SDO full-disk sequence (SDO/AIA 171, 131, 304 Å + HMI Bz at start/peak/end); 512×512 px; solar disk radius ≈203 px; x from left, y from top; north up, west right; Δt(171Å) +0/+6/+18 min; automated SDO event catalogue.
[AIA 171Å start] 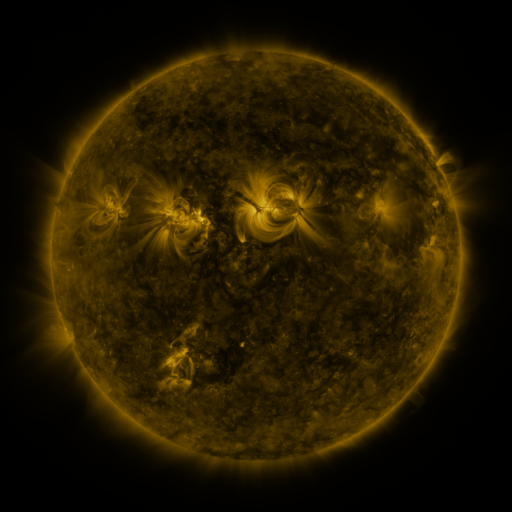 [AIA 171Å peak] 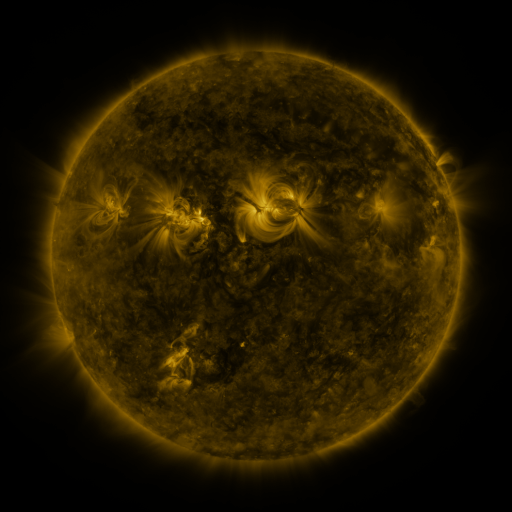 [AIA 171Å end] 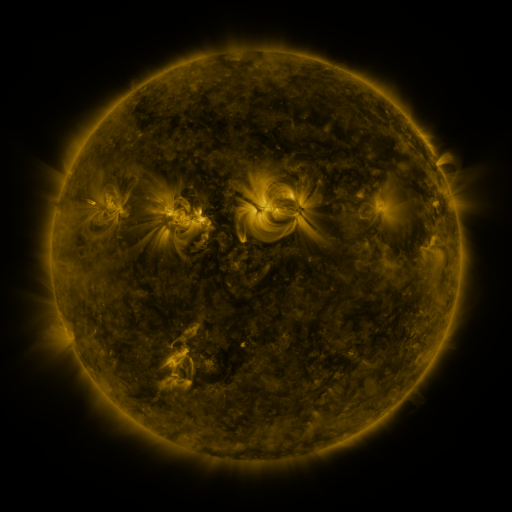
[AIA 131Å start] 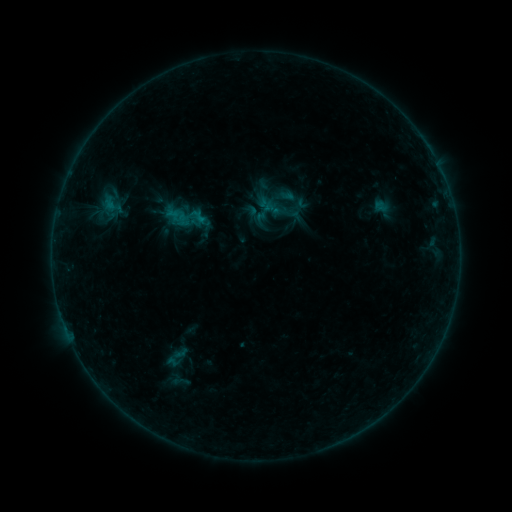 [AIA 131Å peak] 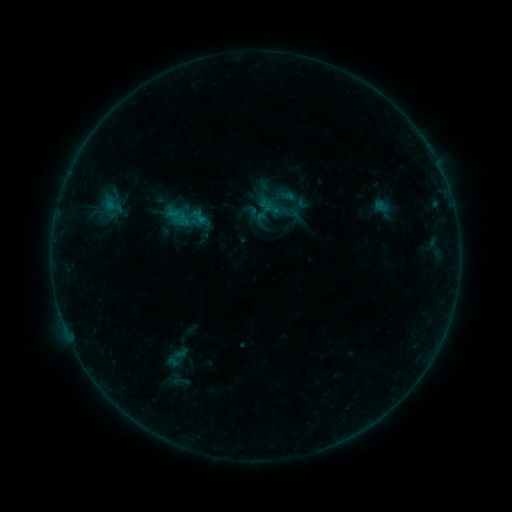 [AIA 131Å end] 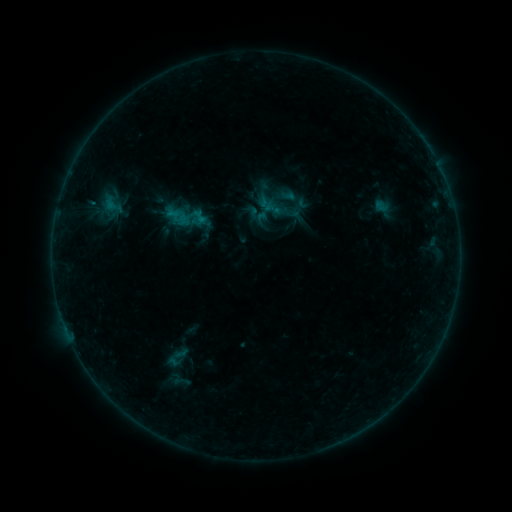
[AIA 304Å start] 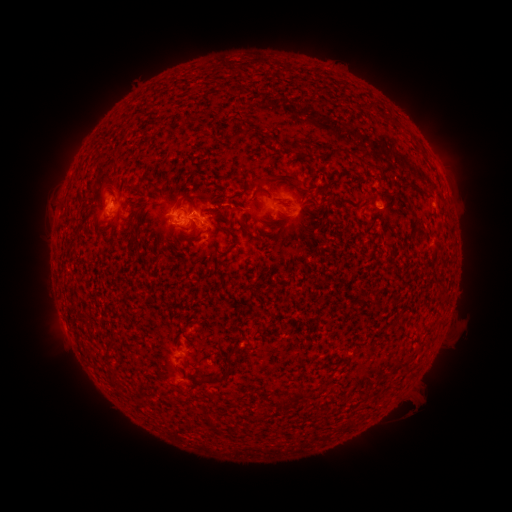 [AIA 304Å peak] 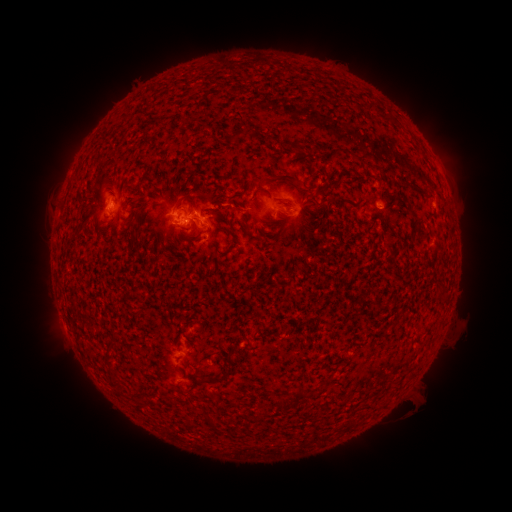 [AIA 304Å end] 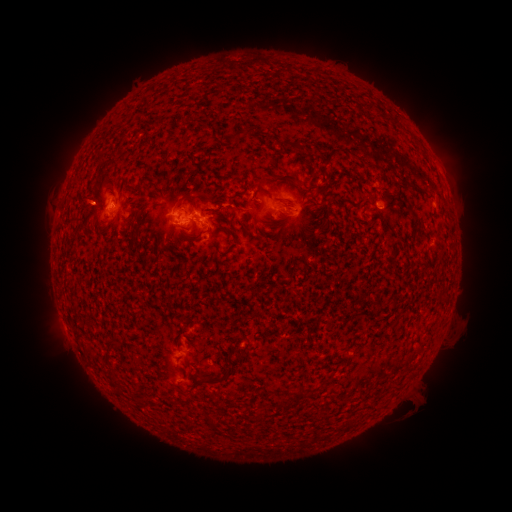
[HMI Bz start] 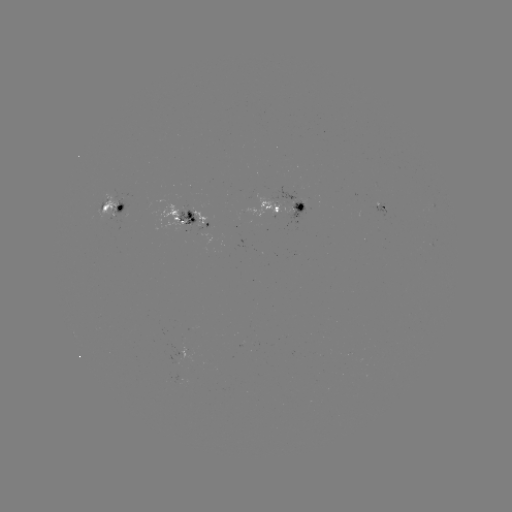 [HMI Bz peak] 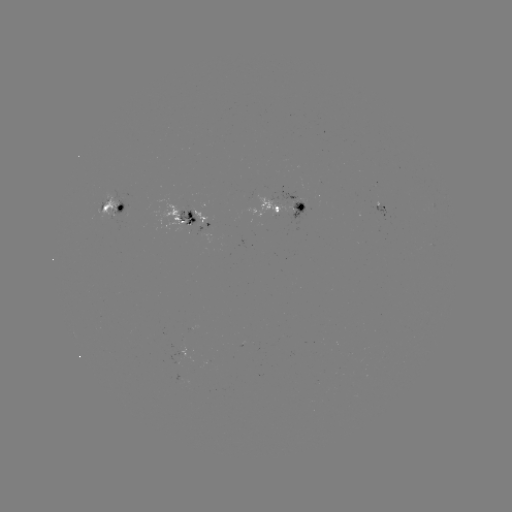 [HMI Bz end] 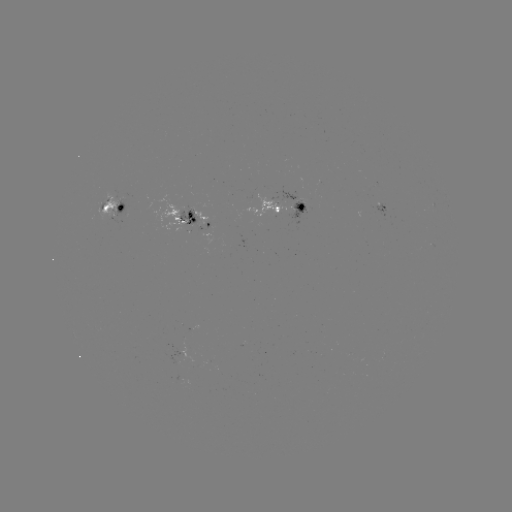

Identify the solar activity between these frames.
no classed flare was catalogued and no EUV brightening was flagged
